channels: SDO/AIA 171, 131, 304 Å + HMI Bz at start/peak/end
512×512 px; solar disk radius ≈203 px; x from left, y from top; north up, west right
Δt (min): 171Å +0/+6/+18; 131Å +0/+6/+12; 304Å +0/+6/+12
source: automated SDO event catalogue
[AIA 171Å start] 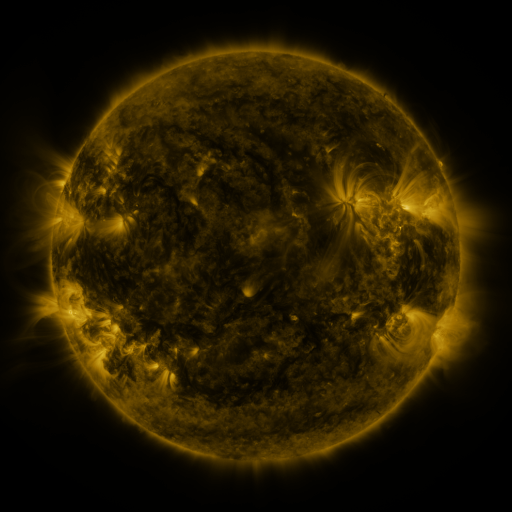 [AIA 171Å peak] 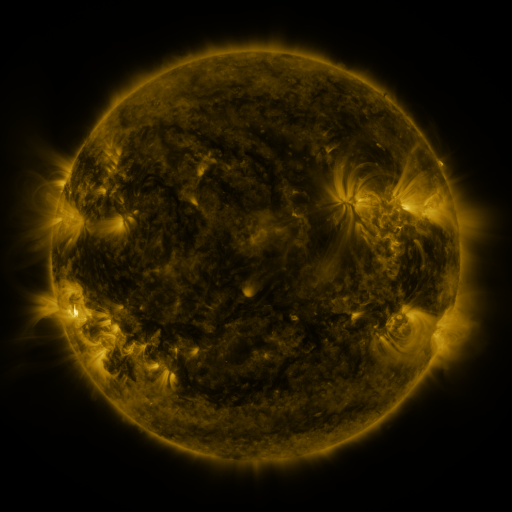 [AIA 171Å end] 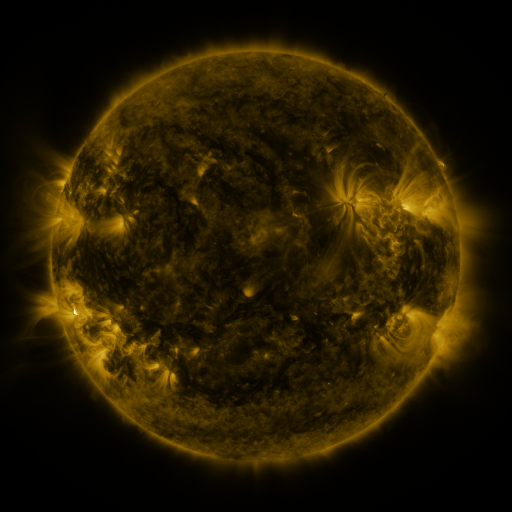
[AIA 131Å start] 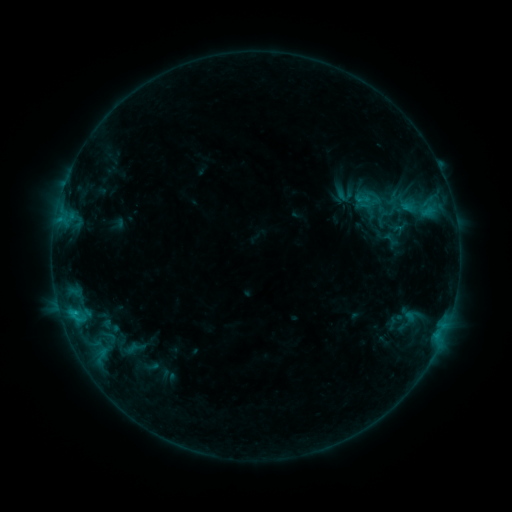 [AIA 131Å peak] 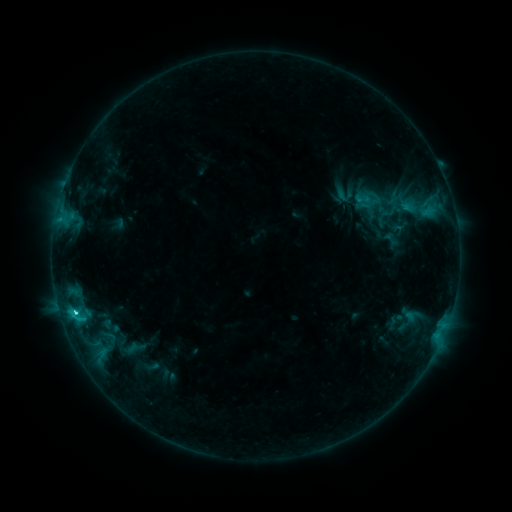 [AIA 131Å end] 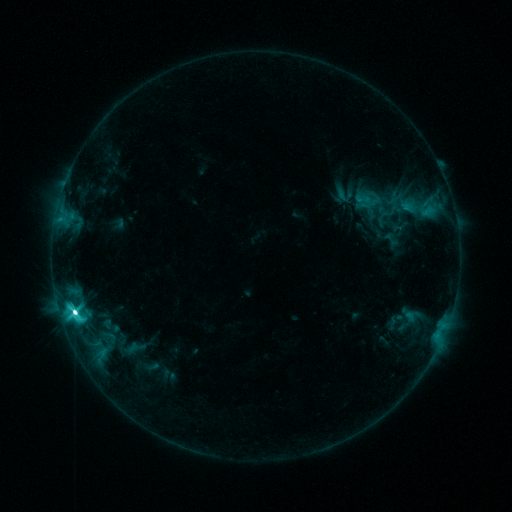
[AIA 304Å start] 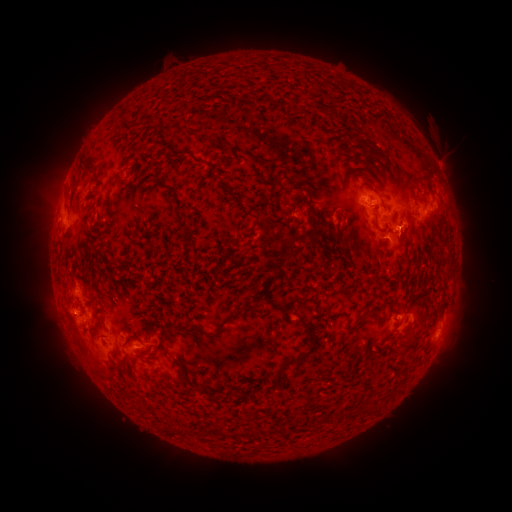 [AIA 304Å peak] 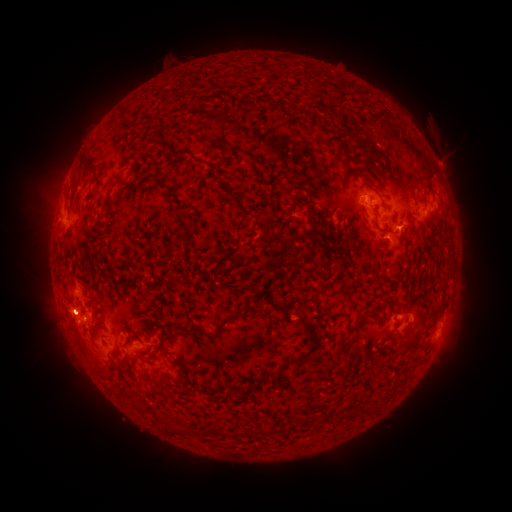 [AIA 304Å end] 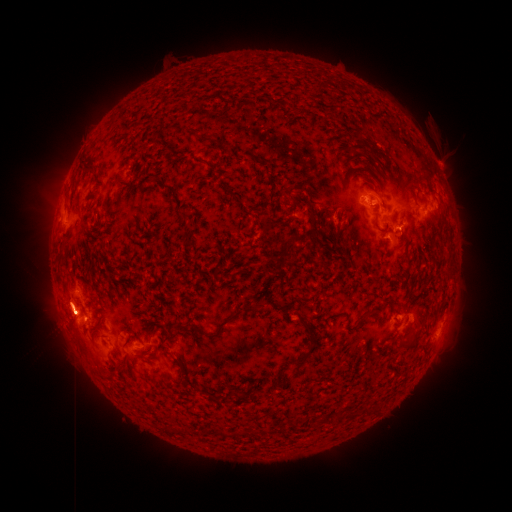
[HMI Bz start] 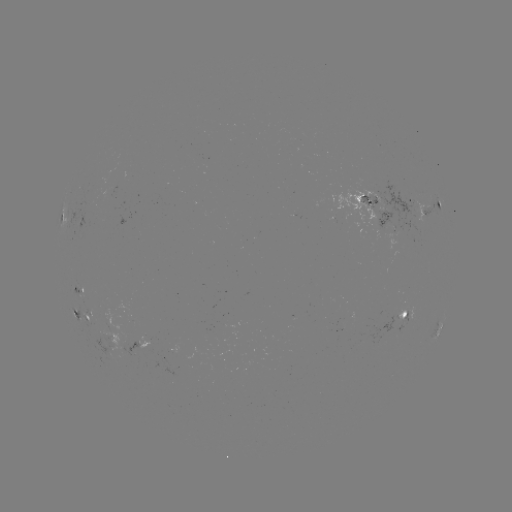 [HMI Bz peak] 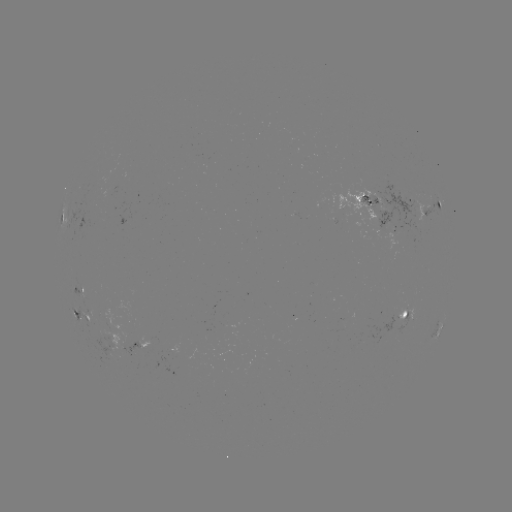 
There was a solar flare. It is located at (76, 309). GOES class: M1.3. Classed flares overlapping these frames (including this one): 1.